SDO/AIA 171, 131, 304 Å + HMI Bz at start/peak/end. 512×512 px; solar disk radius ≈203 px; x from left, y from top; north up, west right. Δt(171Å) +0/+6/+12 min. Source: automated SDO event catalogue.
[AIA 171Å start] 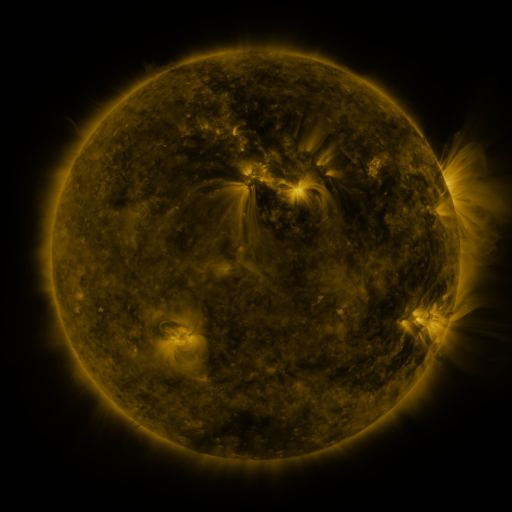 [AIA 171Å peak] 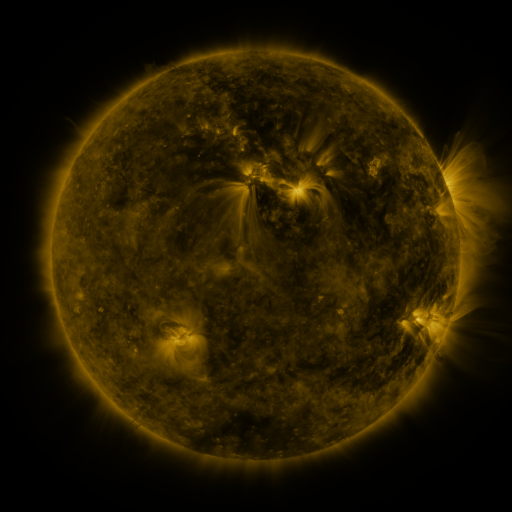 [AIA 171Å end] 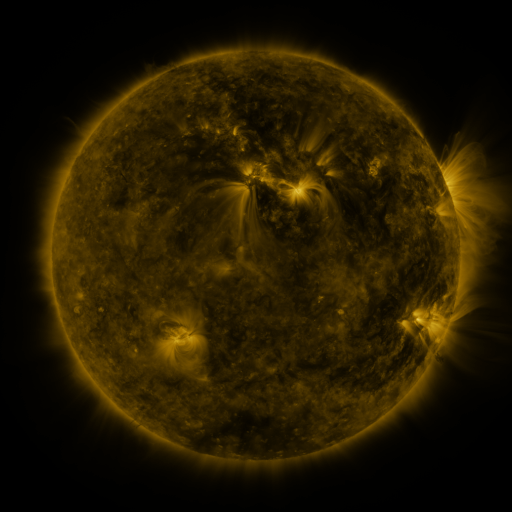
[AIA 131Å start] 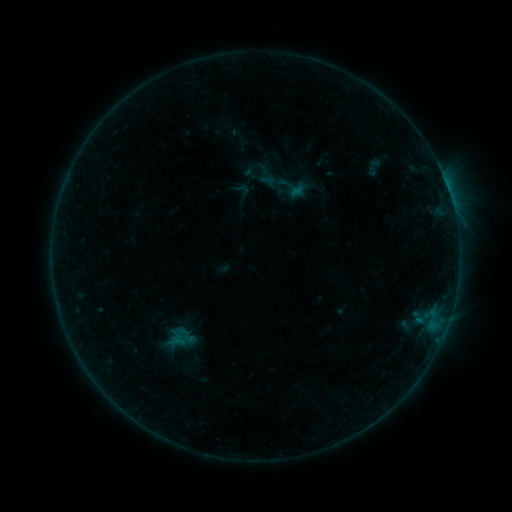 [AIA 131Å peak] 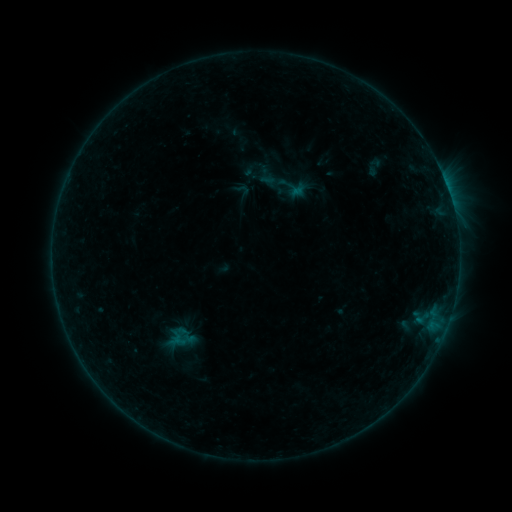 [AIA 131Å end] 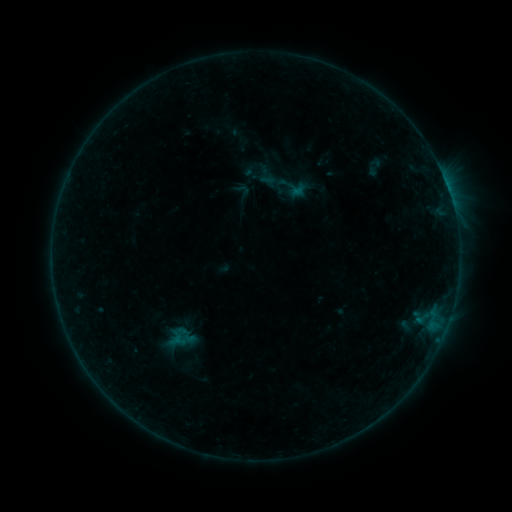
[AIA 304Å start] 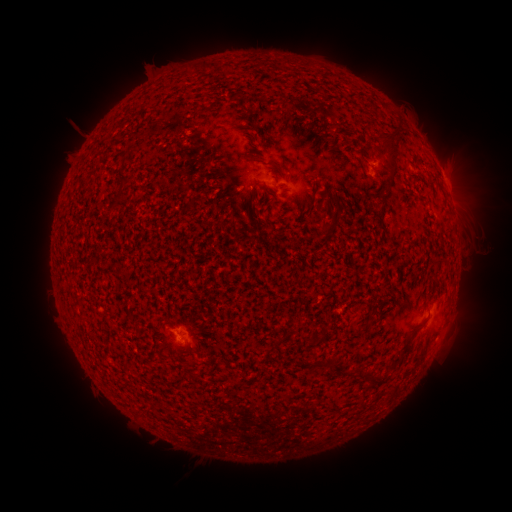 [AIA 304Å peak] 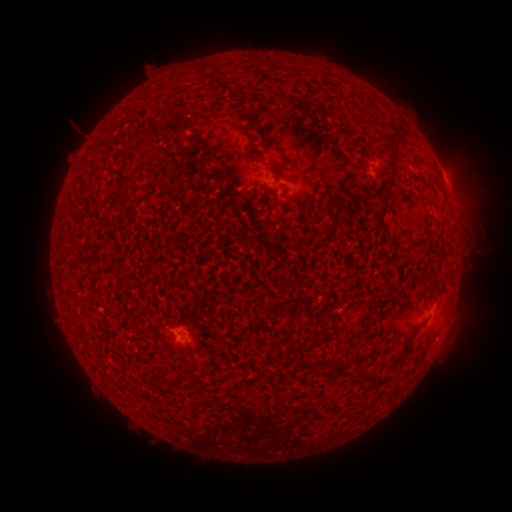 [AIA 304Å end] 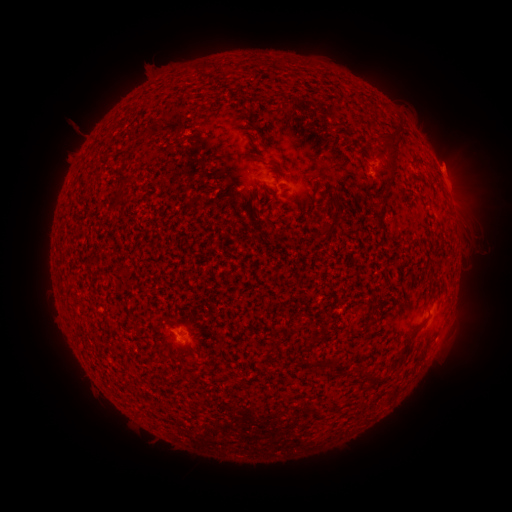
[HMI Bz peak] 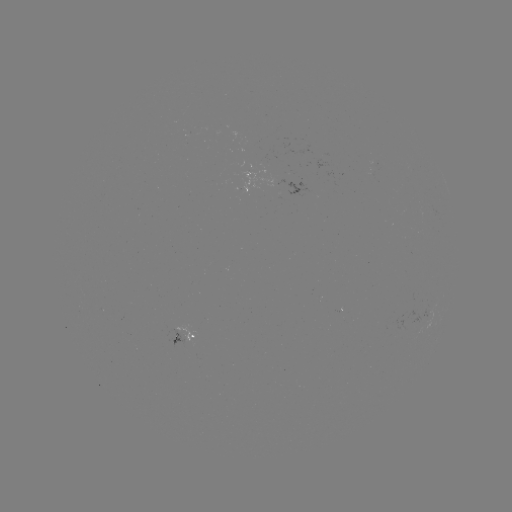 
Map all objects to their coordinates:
eruption: (457, 167)
